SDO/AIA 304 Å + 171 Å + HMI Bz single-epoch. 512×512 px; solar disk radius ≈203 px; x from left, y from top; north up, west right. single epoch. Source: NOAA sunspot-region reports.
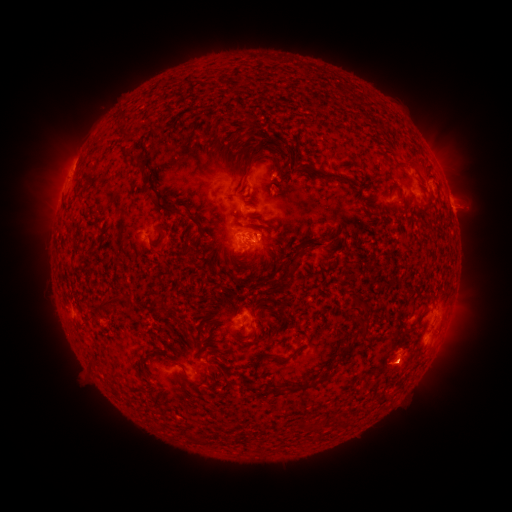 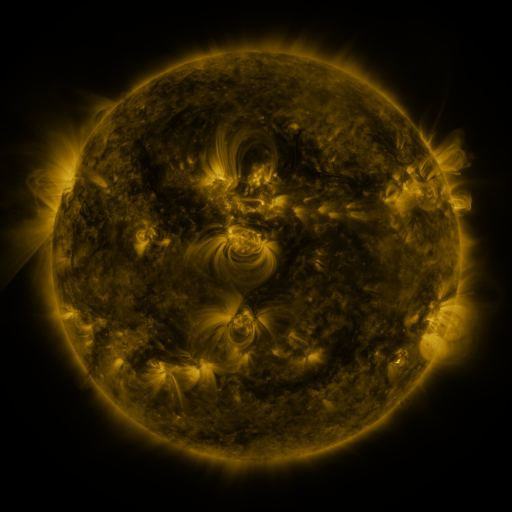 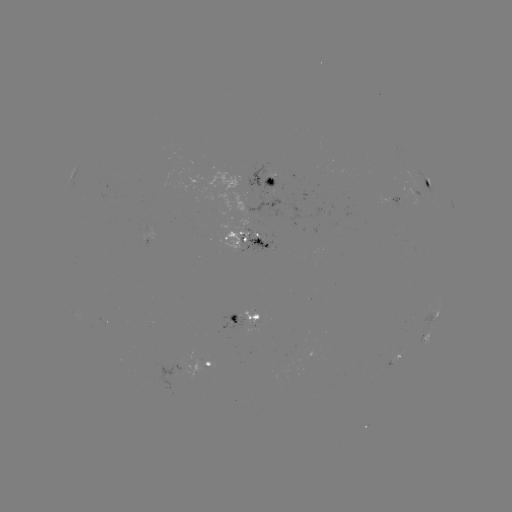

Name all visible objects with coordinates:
spotted active region: (268, 178)
spotted active region: (388, 183)
spotted active region: (429, 183)
spotted active region: (99, 222)
spotted active region: (252, 237)
spotted active region: (245, 318)
spotted active region: (431, 320)
spotted active region: (428, 336)
spotted active region: (397, 359)
spotted active region: (208, 363)
